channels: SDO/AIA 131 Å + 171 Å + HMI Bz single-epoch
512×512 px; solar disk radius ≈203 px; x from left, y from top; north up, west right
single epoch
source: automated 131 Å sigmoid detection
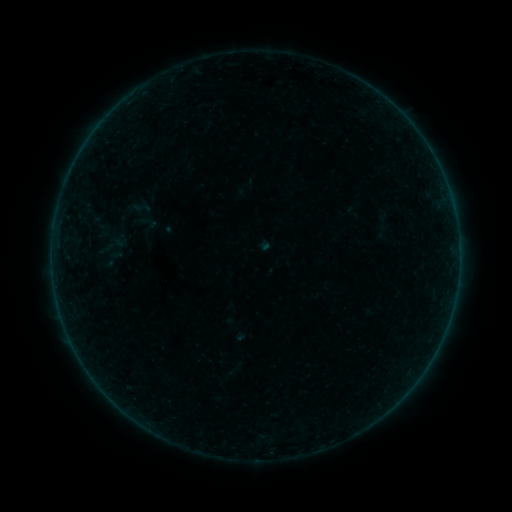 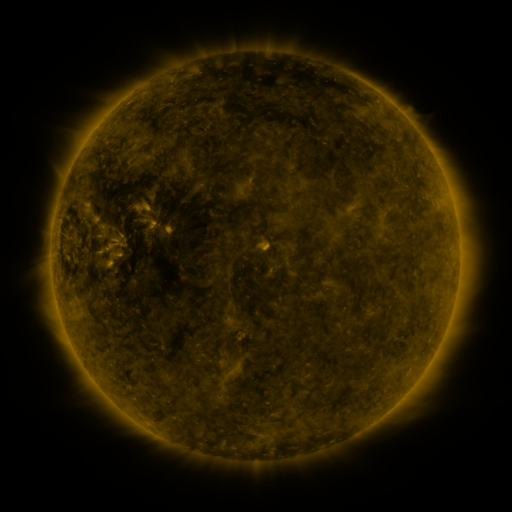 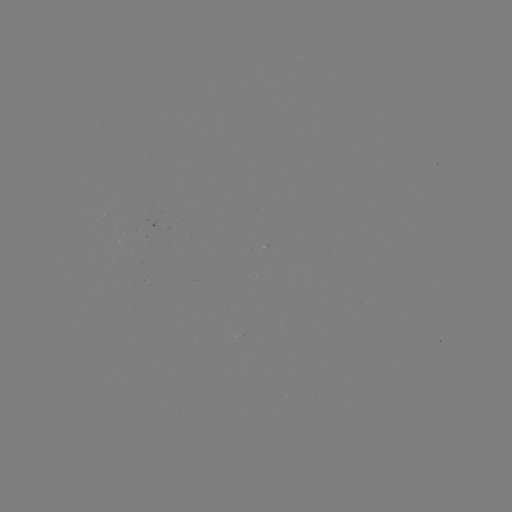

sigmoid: (133, 198, 151, 217)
